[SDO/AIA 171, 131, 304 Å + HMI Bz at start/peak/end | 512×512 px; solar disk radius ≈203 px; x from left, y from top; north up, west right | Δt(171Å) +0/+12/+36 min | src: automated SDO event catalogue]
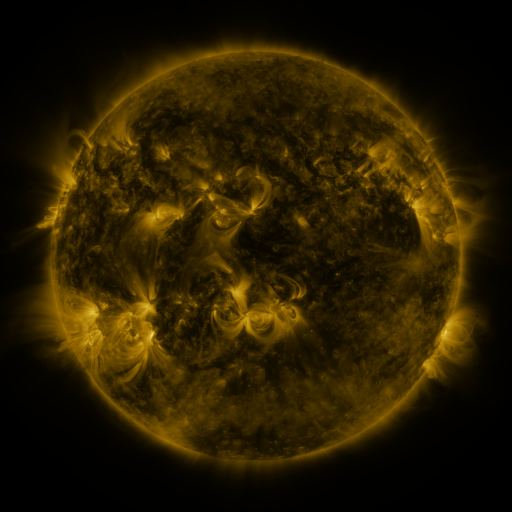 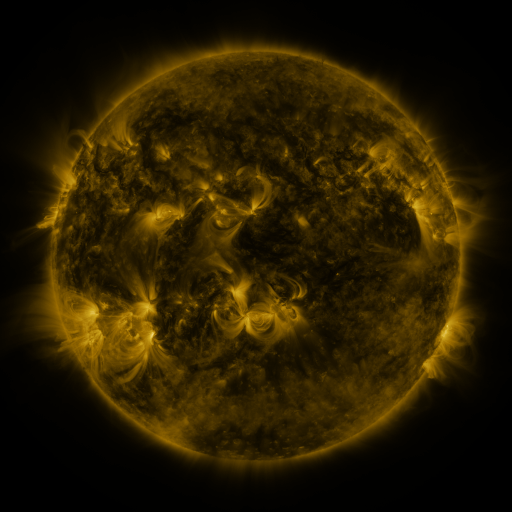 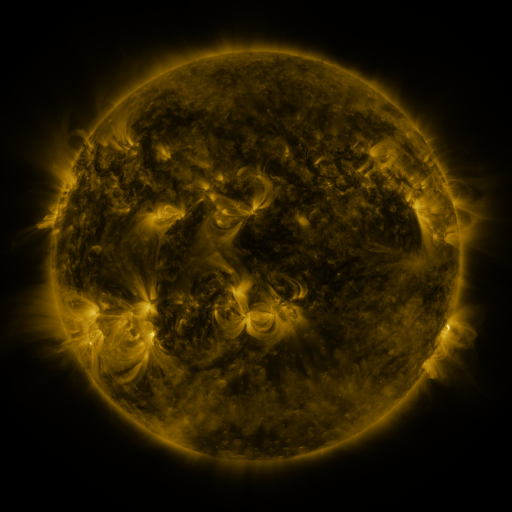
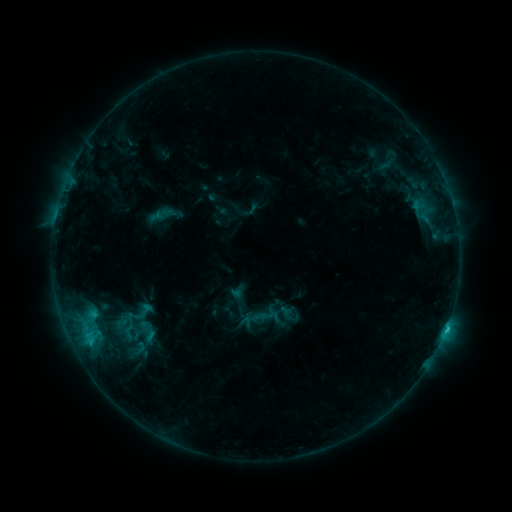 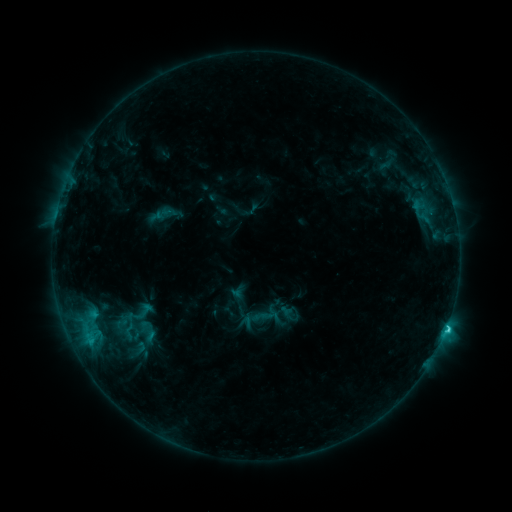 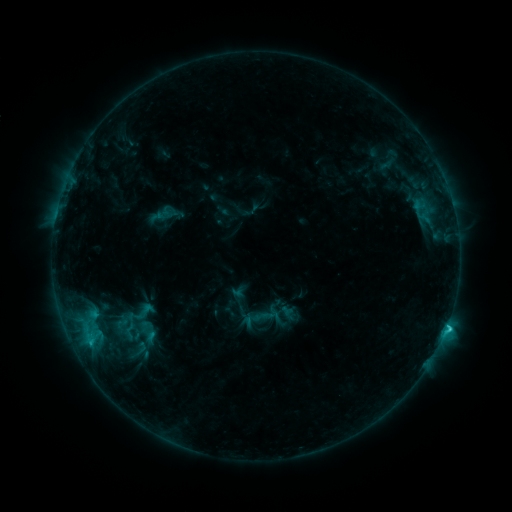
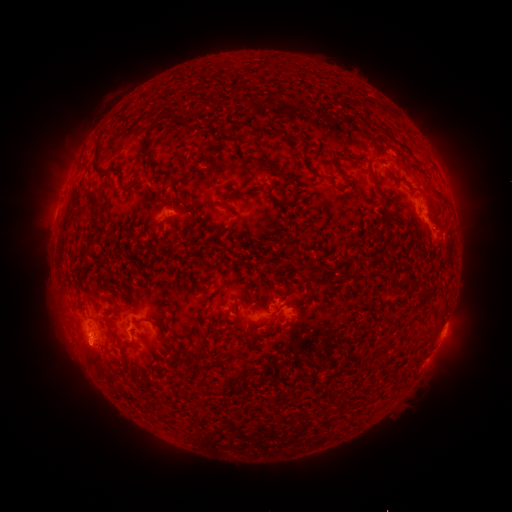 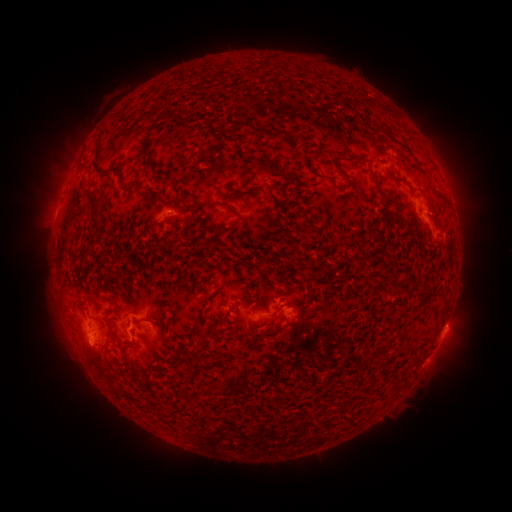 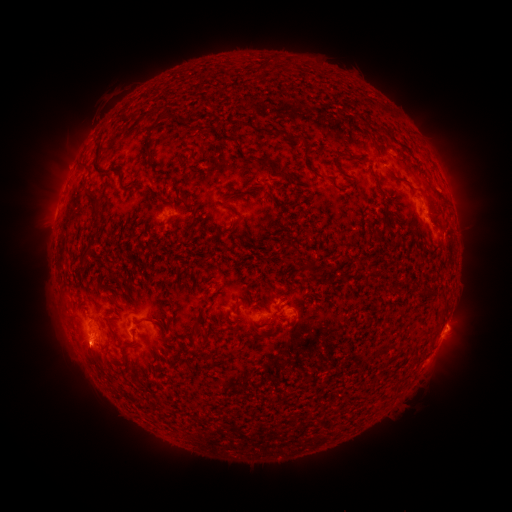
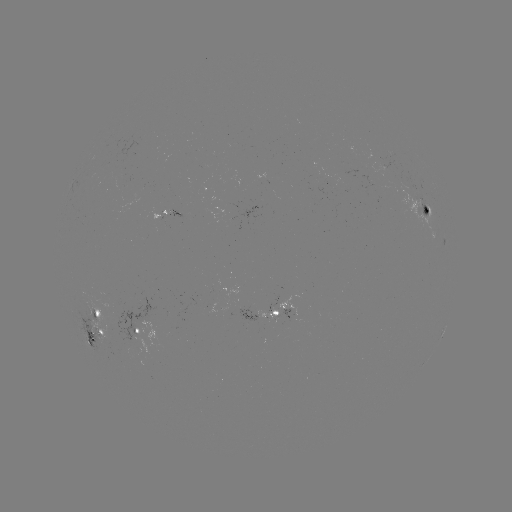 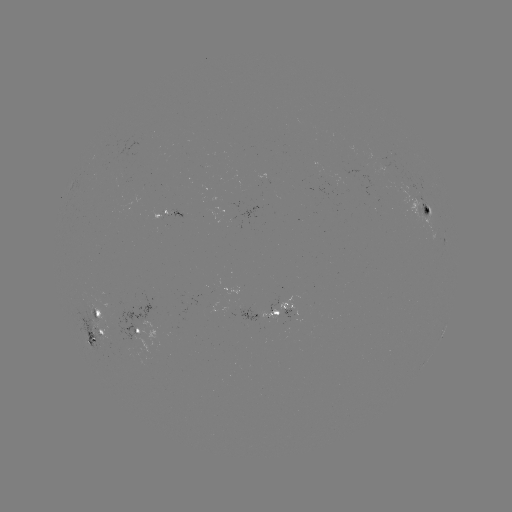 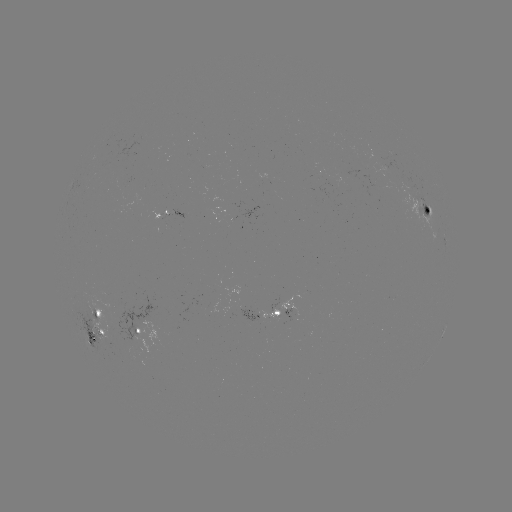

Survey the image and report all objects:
C1.9 flare: (445, 328)
